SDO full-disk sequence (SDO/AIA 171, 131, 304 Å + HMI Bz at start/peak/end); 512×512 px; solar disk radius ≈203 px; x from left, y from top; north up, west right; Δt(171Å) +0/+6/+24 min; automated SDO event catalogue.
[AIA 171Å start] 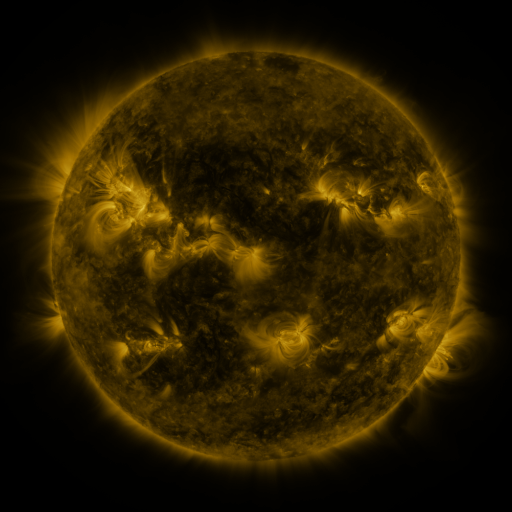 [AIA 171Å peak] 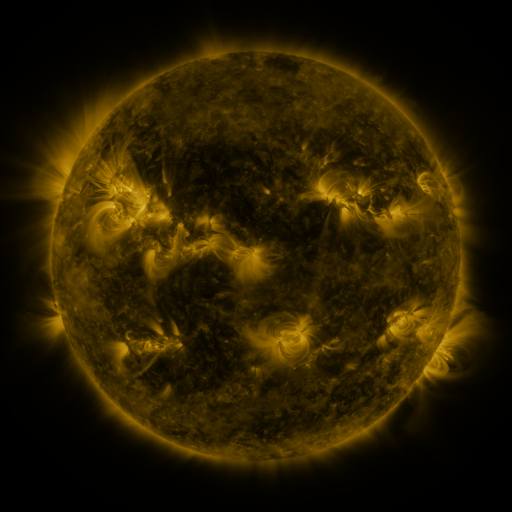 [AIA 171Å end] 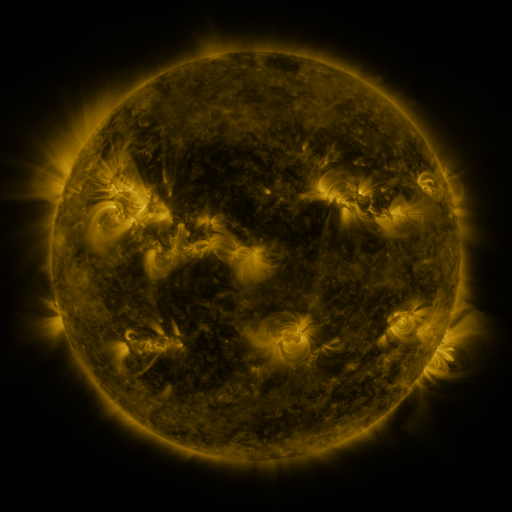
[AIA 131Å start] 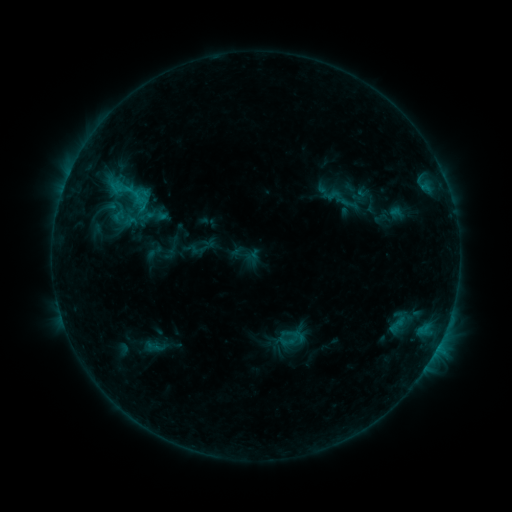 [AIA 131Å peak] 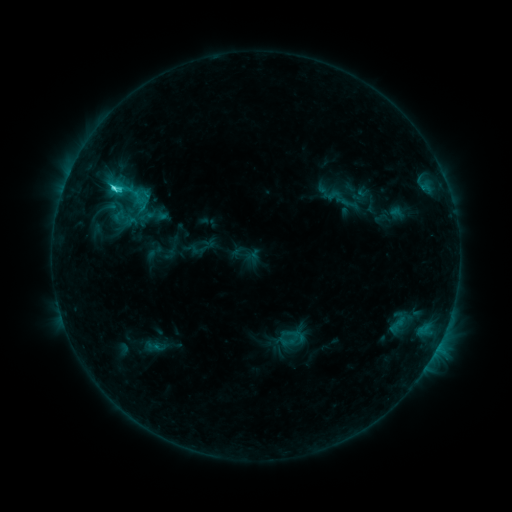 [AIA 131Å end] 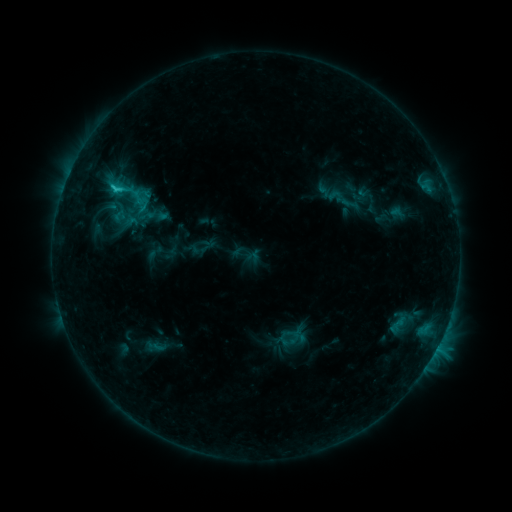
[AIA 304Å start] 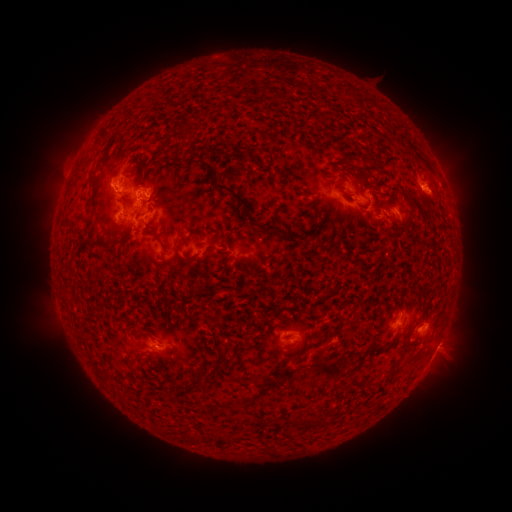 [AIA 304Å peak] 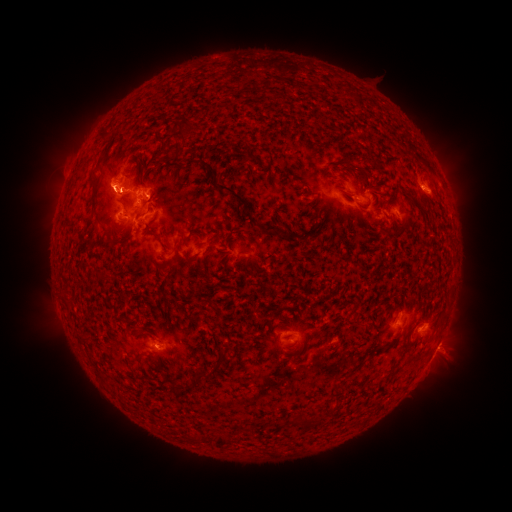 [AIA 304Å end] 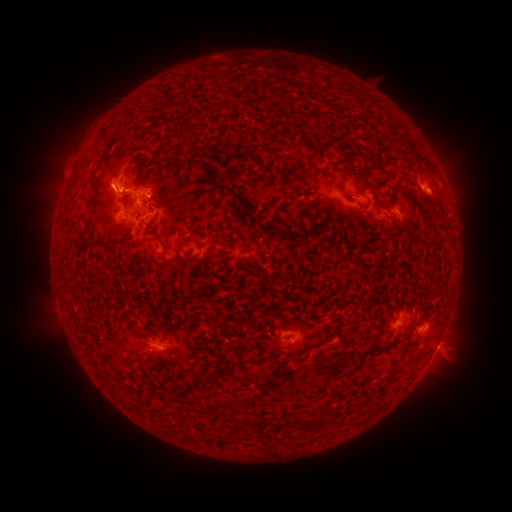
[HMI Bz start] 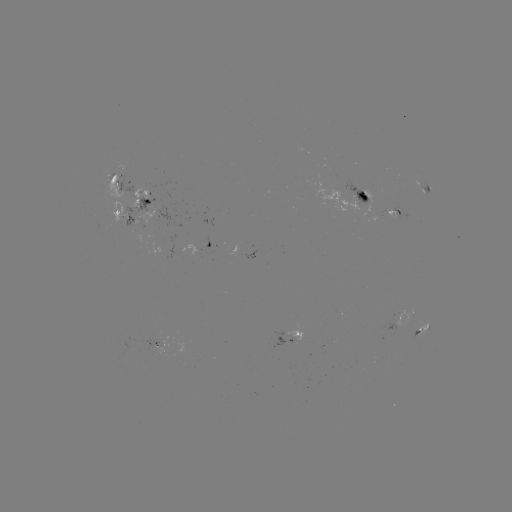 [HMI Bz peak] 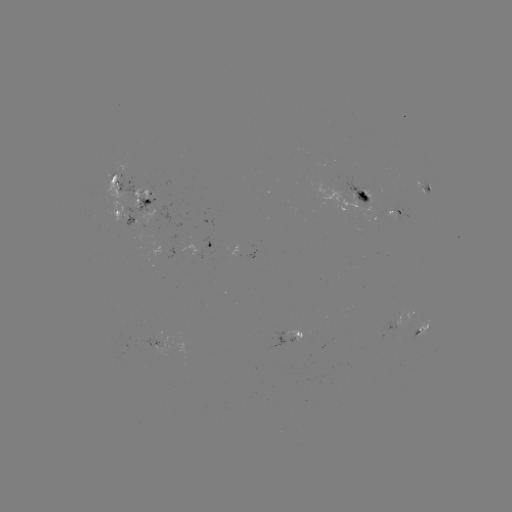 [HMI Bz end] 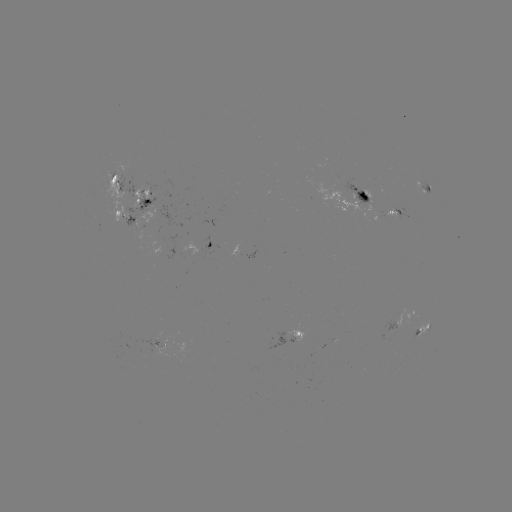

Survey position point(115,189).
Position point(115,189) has C3.0 flare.